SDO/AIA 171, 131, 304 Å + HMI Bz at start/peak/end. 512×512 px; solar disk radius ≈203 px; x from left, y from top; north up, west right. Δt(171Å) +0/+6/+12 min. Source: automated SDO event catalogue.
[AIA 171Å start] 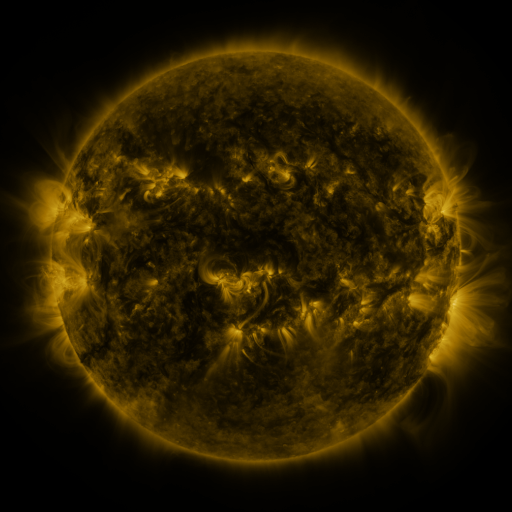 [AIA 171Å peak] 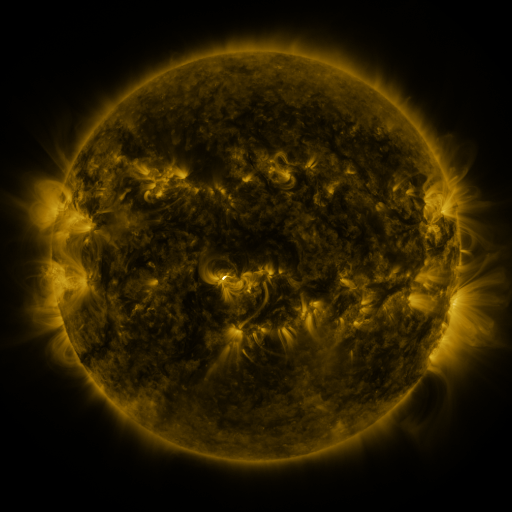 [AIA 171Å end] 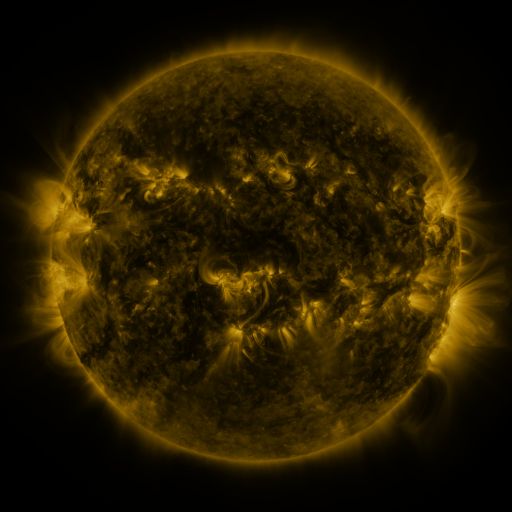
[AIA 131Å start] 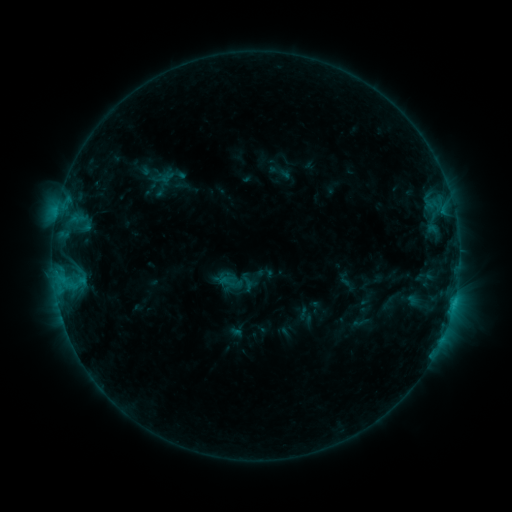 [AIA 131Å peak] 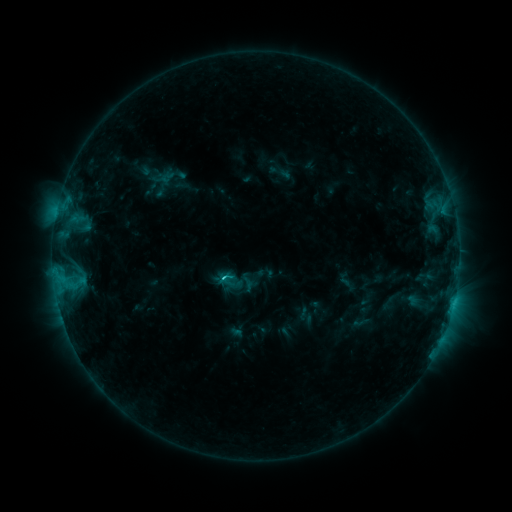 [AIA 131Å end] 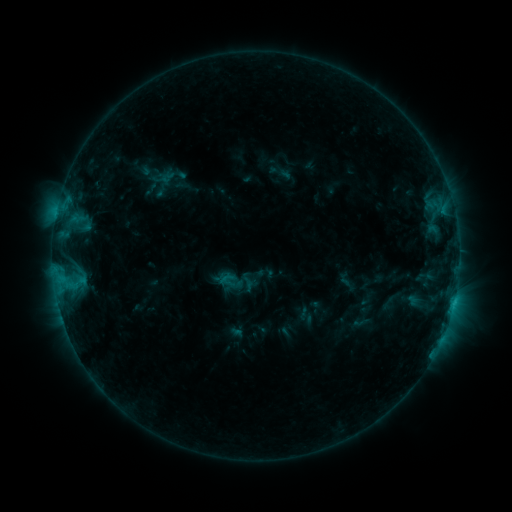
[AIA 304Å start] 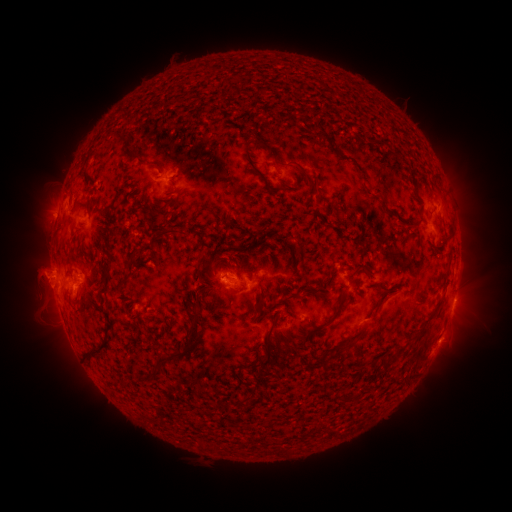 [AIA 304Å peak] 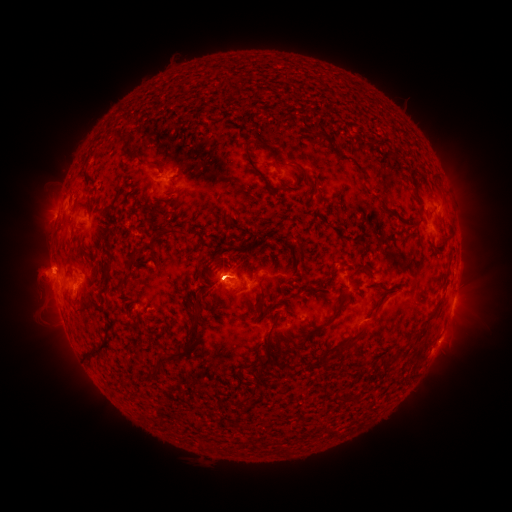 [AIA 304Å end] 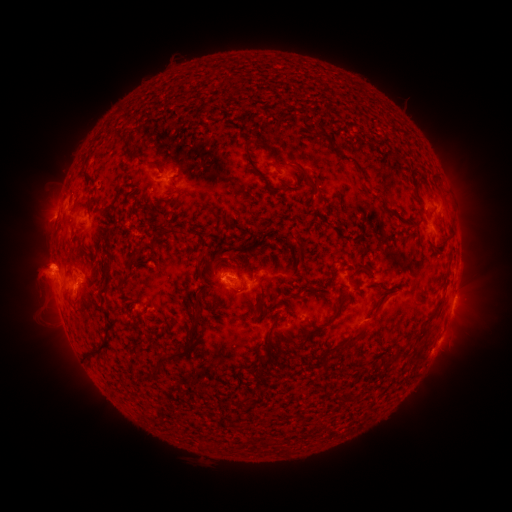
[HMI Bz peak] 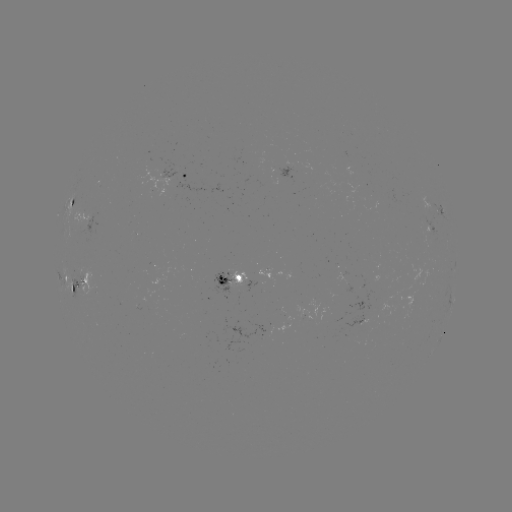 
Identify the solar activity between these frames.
B9.4 flare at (224, 275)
